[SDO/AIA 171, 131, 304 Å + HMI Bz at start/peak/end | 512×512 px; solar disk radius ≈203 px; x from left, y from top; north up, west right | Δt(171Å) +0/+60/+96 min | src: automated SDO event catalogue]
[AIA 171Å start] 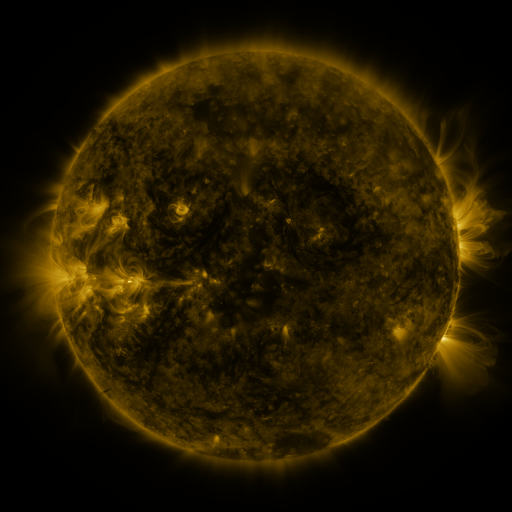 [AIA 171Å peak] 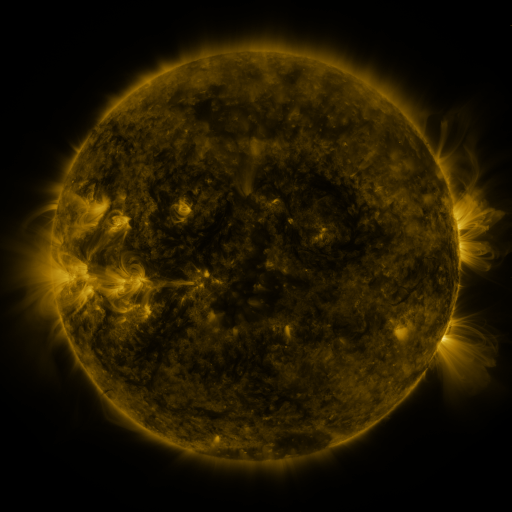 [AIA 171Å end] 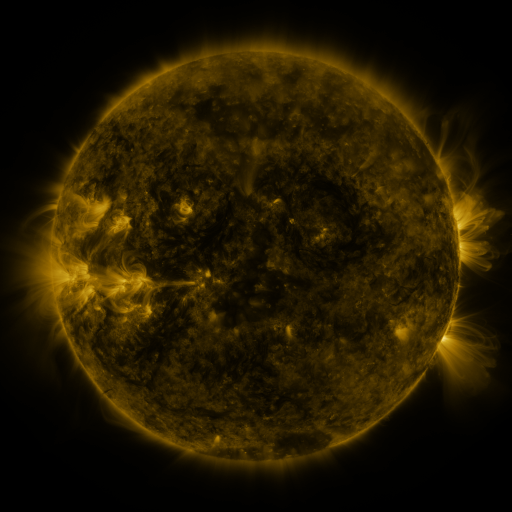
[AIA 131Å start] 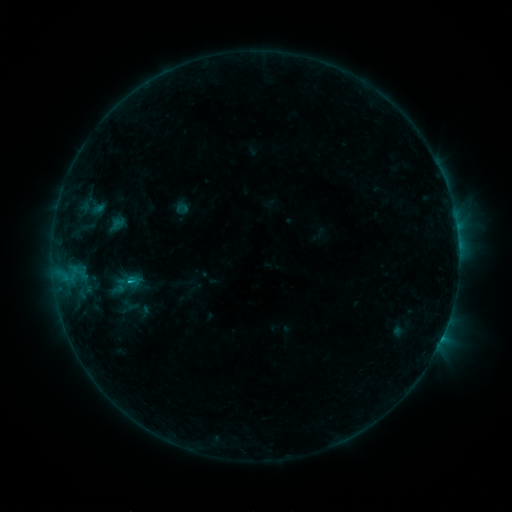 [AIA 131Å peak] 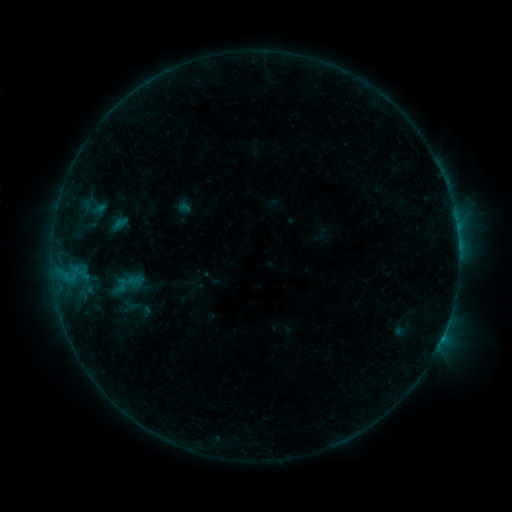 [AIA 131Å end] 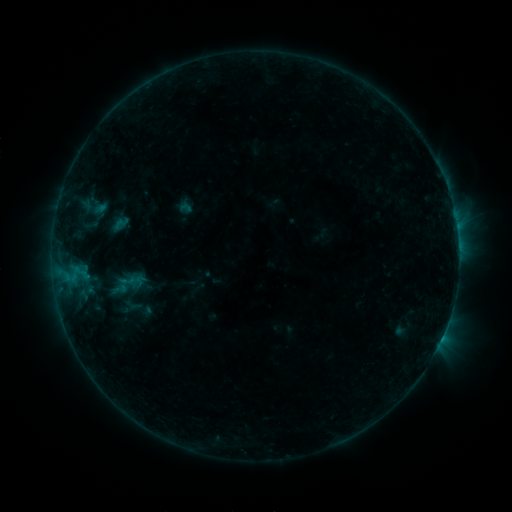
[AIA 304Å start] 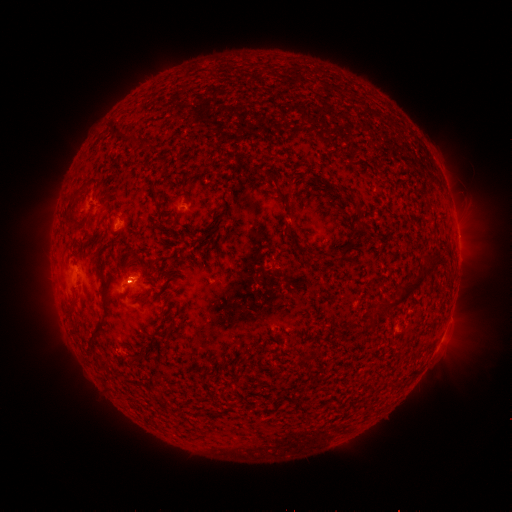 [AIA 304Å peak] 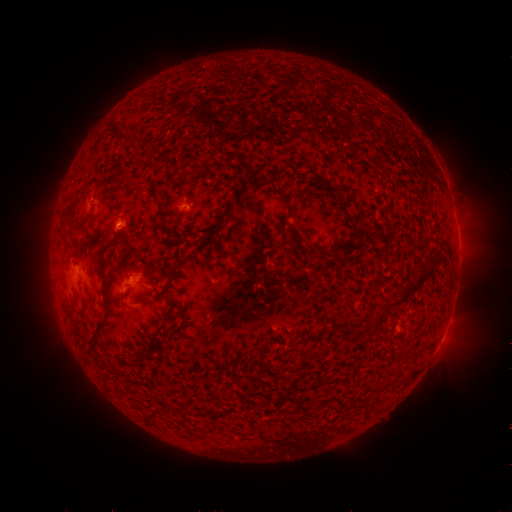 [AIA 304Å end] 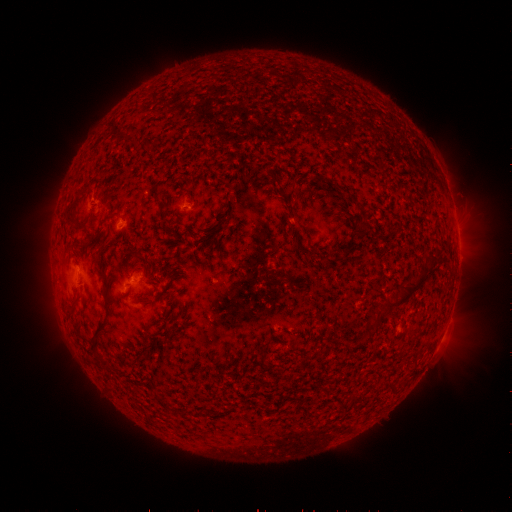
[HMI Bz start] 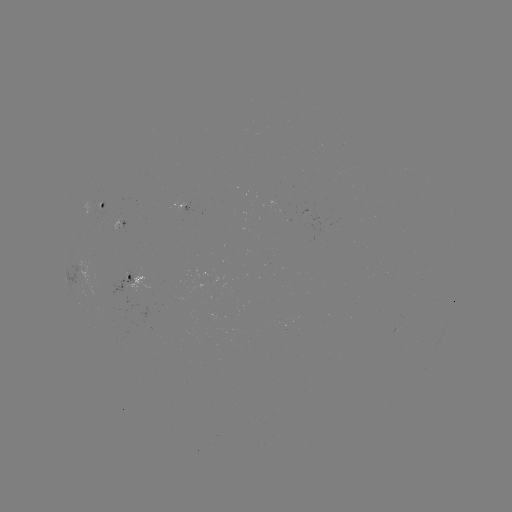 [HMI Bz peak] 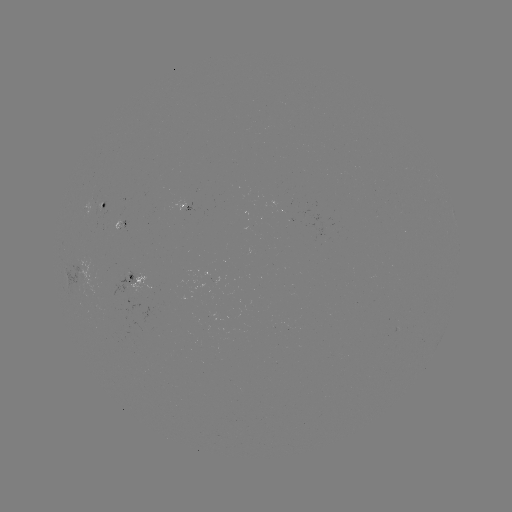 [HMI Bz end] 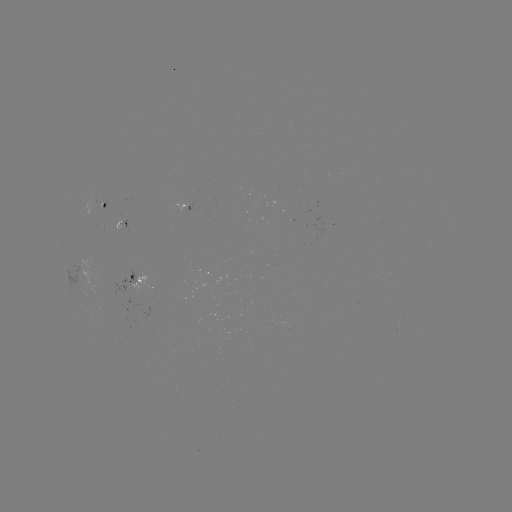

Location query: emerging-flux region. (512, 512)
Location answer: (93, 209).